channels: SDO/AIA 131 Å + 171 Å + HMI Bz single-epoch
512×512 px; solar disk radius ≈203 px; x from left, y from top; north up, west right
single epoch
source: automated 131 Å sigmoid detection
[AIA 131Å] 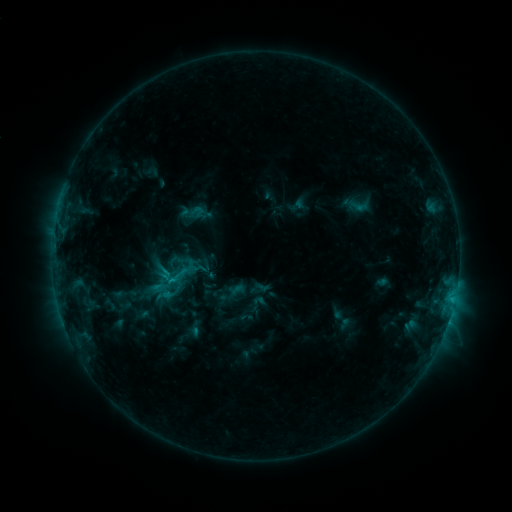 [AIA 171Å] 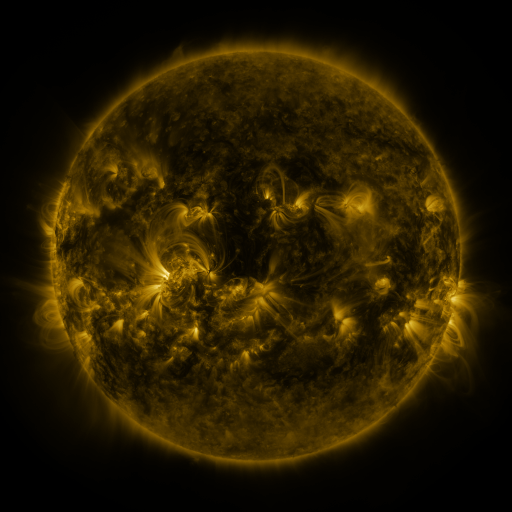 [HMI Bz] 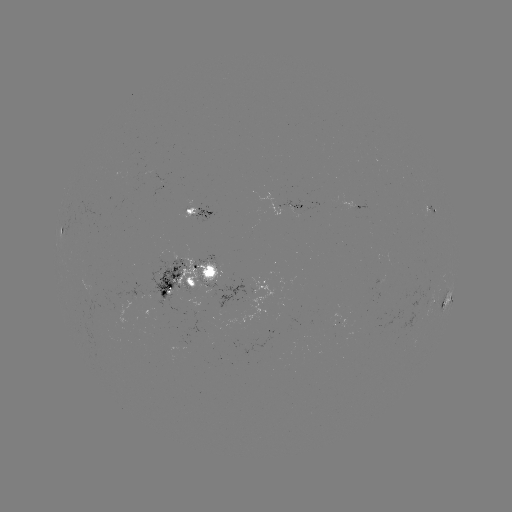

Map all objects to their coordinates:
sigmoid: (163, 251, 183, 270)
sigmoid: (163, 260, 194, 288)
